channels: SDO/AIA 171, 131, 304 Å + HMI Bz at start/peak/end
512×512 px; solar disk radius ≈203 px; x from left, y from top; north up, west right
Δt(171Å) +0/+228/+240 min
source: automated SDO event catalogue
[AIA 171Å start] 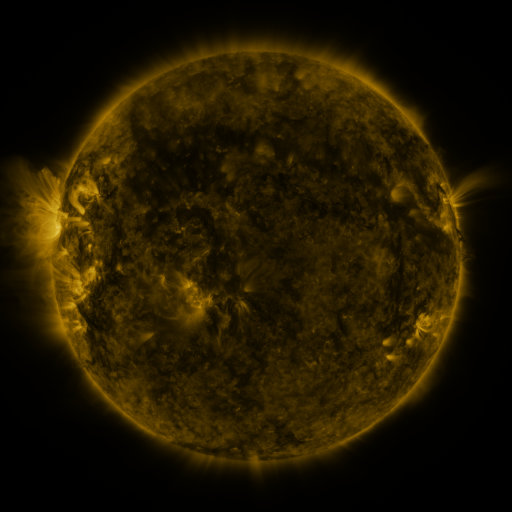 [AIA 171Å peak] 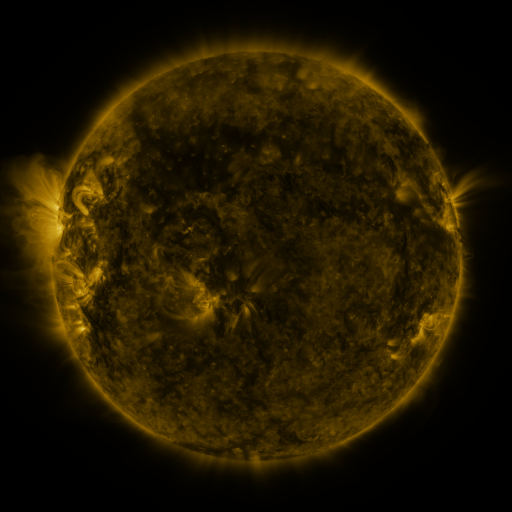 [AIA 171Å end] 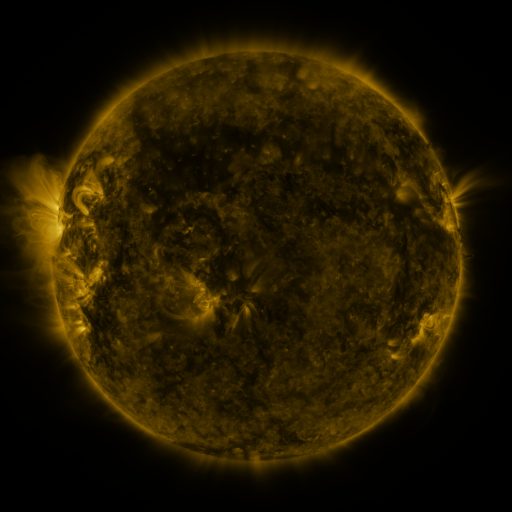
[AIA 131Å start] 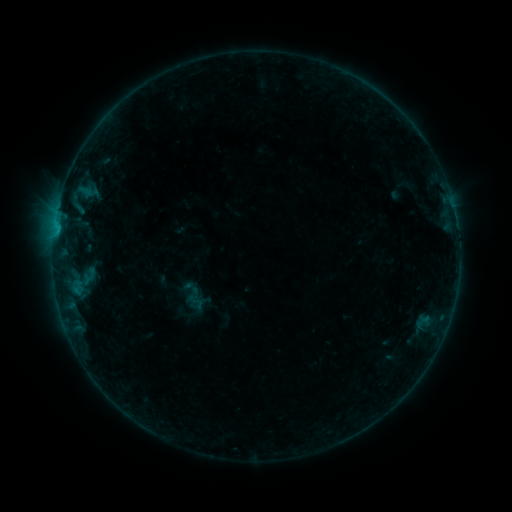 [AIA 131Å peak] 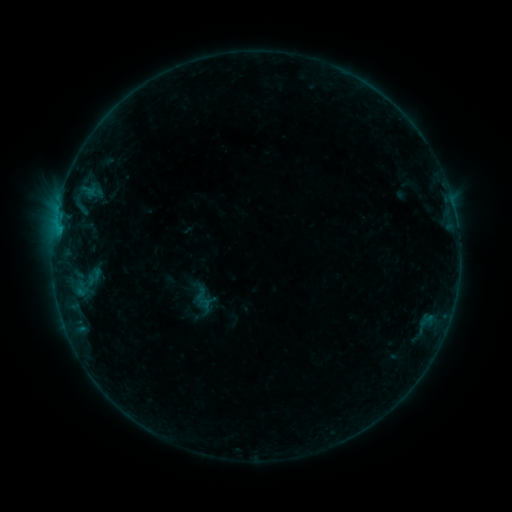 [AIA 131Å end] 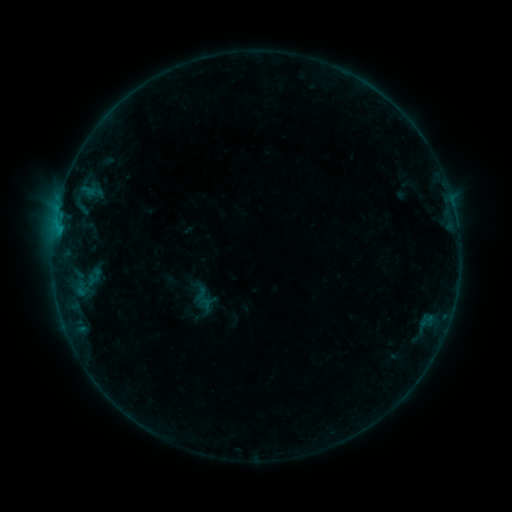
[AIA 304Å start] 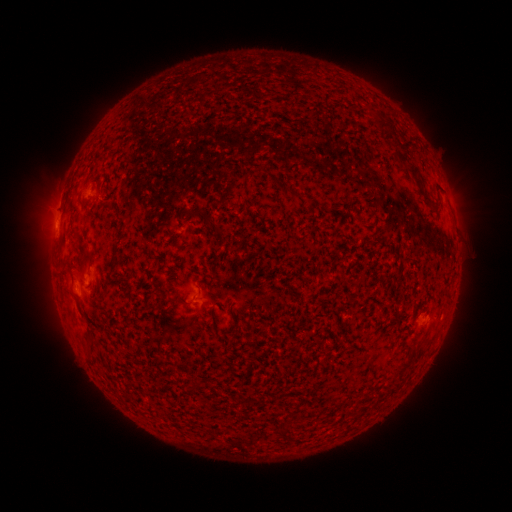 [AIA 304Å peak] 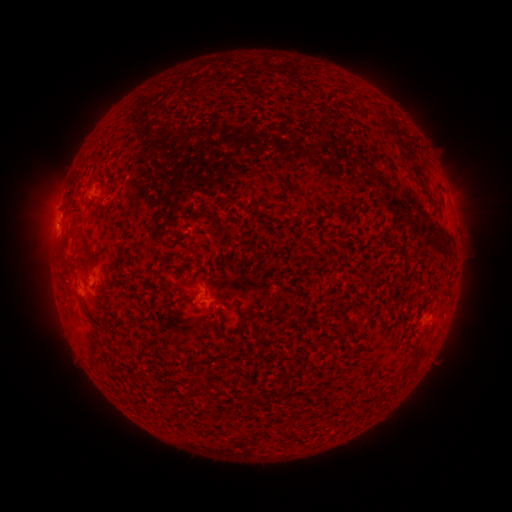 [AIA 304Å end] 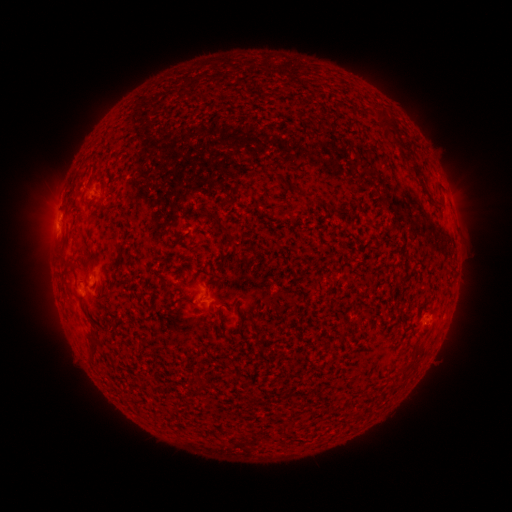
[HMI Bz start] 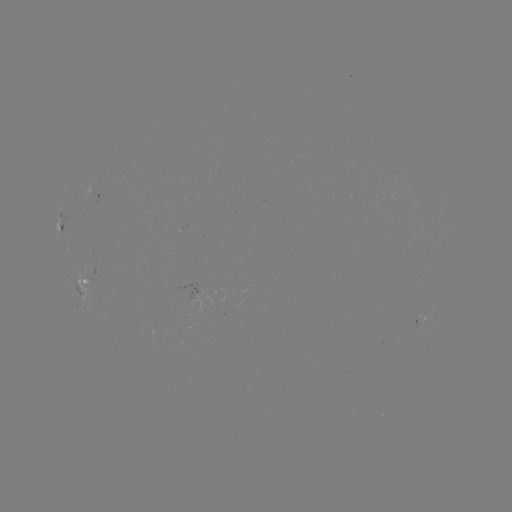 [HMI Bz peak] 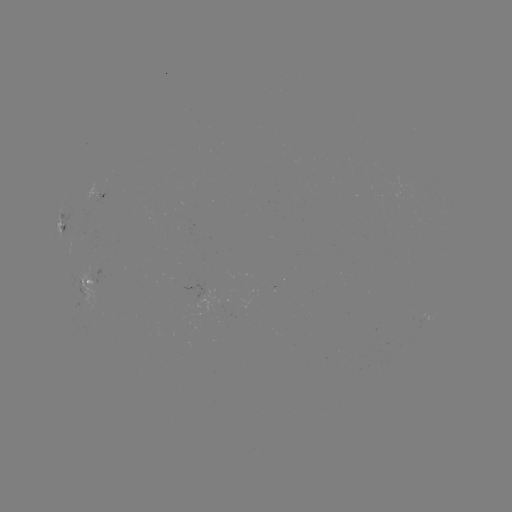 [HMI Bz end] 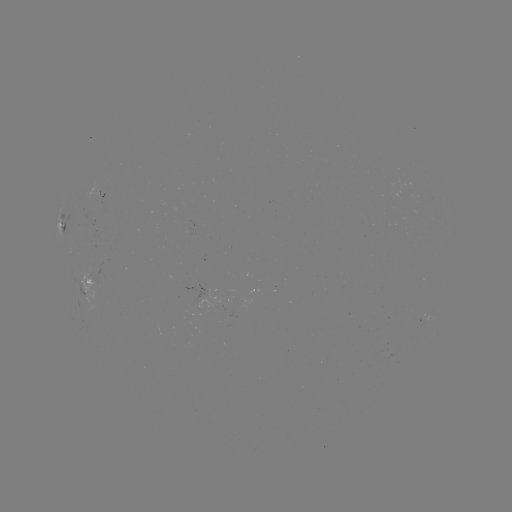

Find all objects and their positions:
emerging-flux region: (93, 193)
